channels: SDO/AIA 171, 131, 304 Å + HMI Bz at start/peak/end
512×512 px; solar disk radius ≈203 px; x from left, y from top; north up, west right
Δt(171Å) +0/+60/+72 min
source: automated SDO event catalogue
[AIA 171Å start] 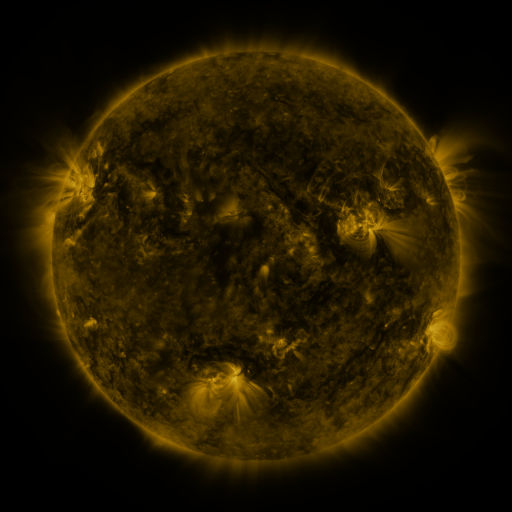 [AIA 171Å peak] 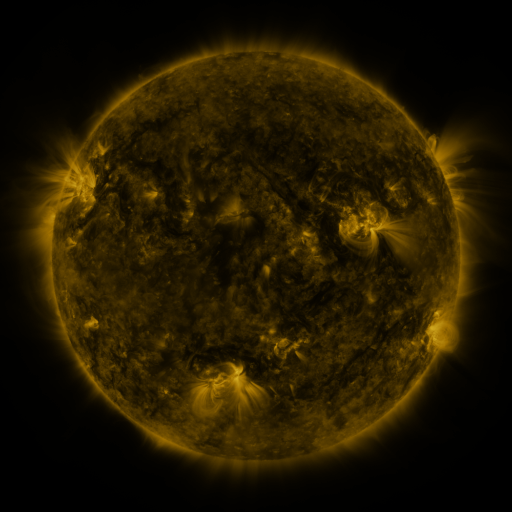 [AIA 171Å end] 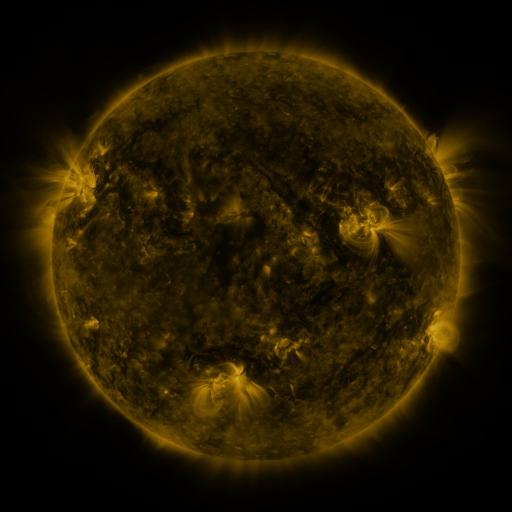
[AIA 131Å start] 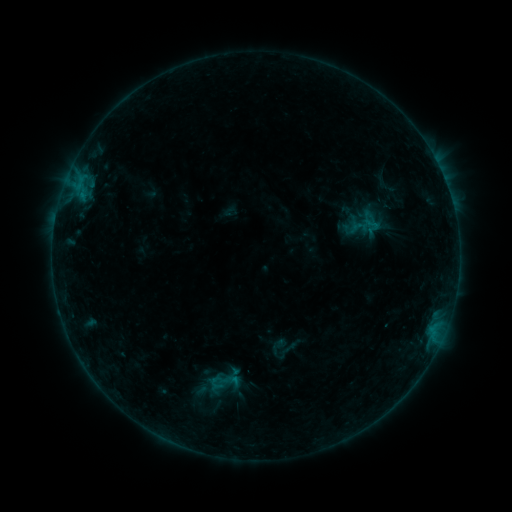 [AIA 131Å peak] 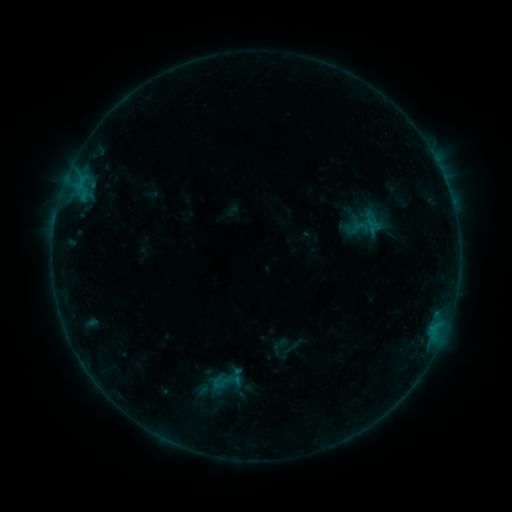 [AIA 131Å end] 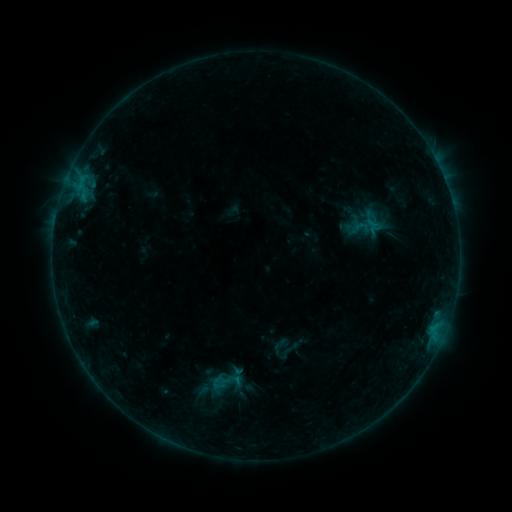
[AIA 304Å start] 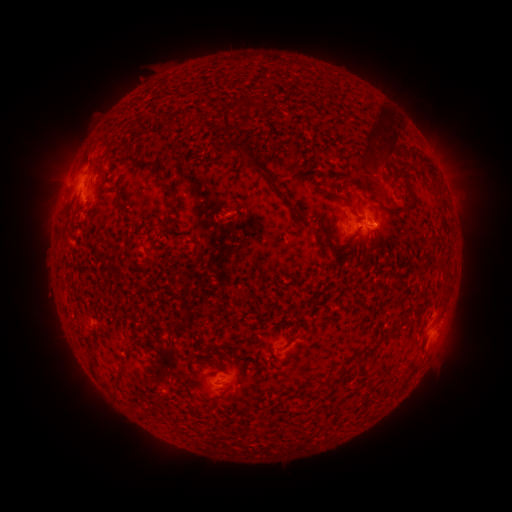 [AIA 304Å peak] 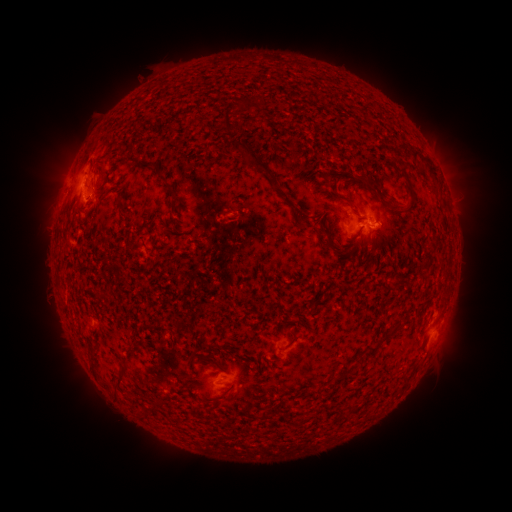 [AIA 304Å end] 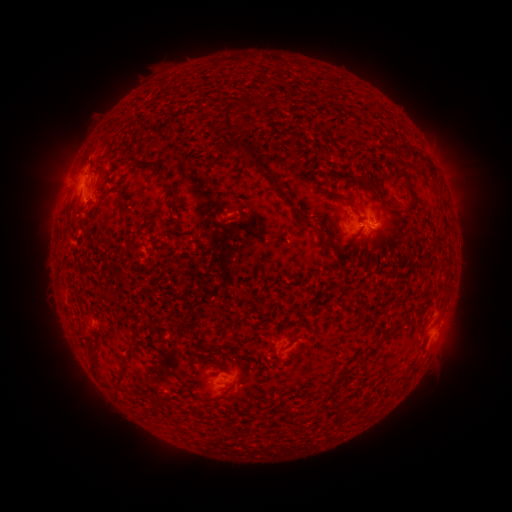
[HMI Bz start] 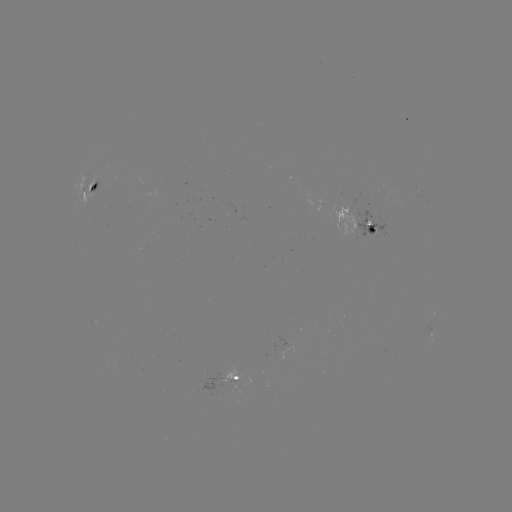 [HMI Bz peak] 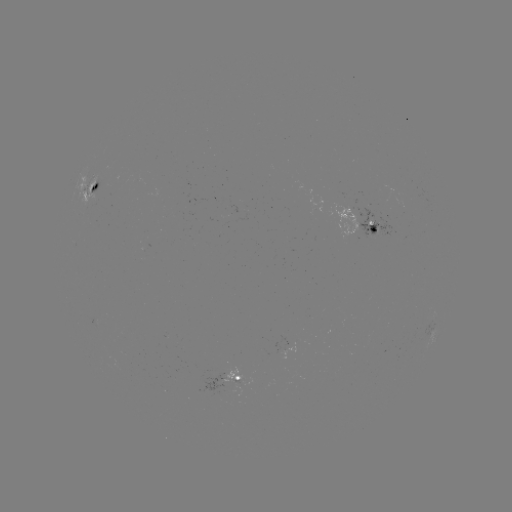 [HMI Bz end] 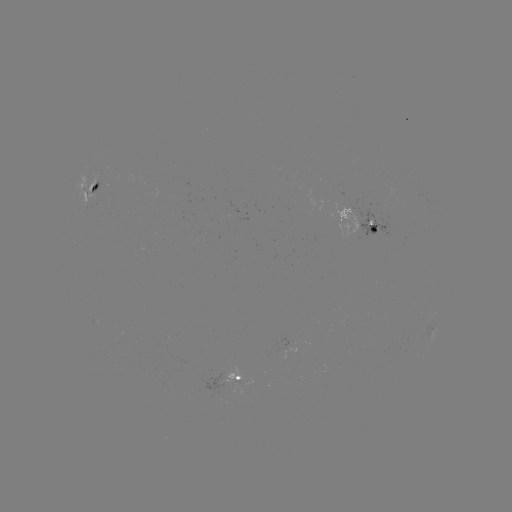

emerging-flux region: [231, 381, 242, 384]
